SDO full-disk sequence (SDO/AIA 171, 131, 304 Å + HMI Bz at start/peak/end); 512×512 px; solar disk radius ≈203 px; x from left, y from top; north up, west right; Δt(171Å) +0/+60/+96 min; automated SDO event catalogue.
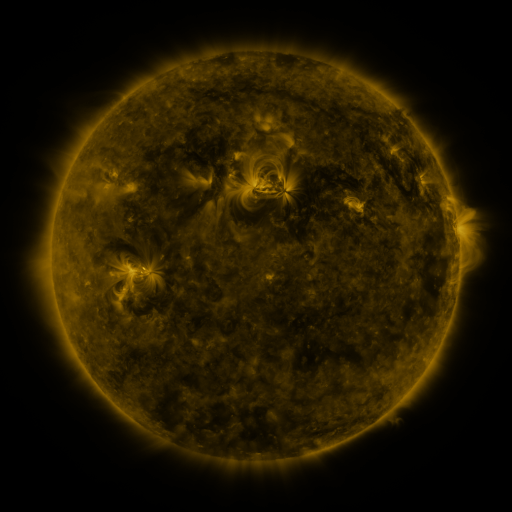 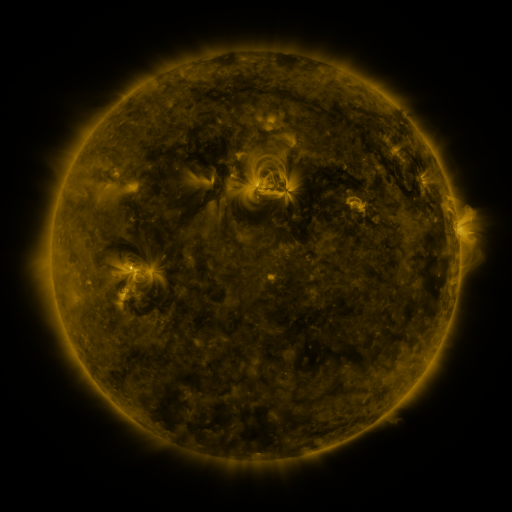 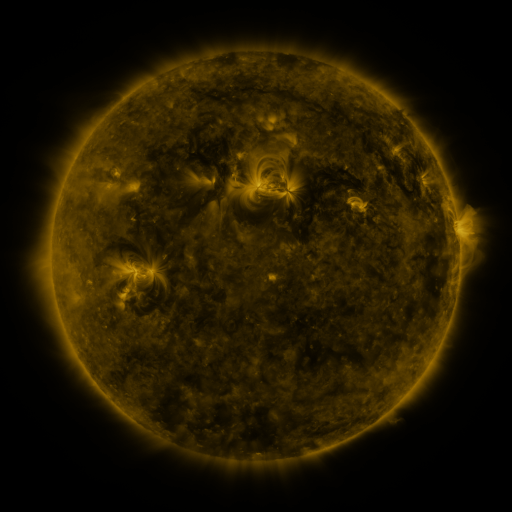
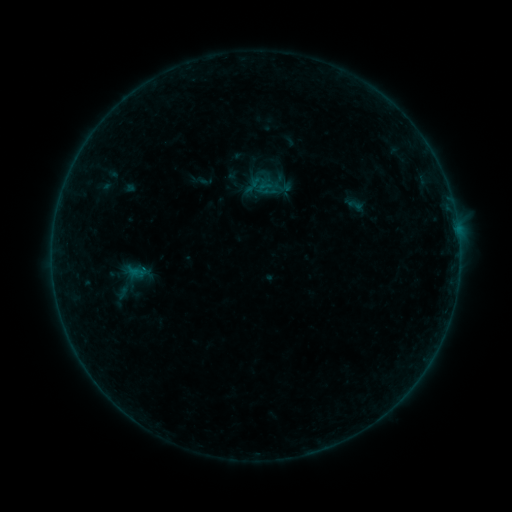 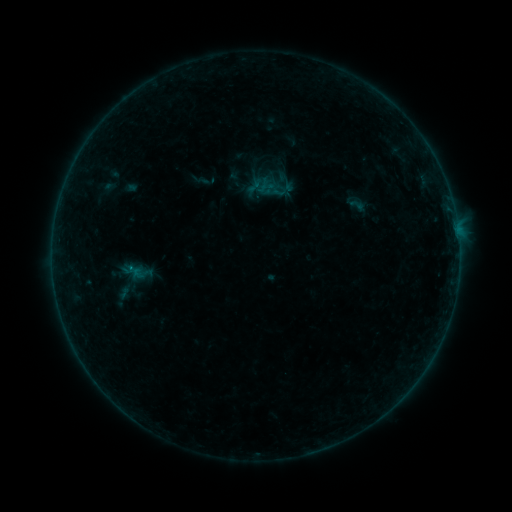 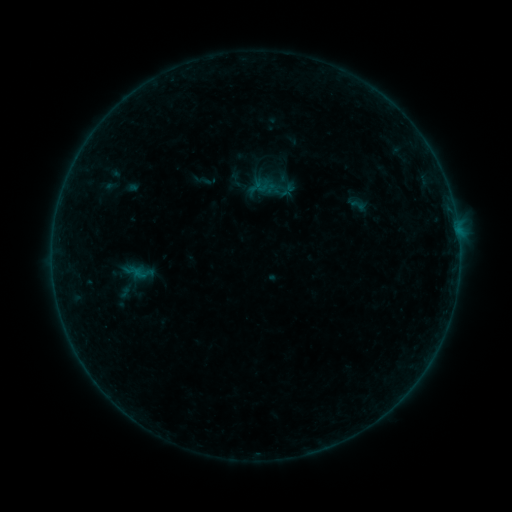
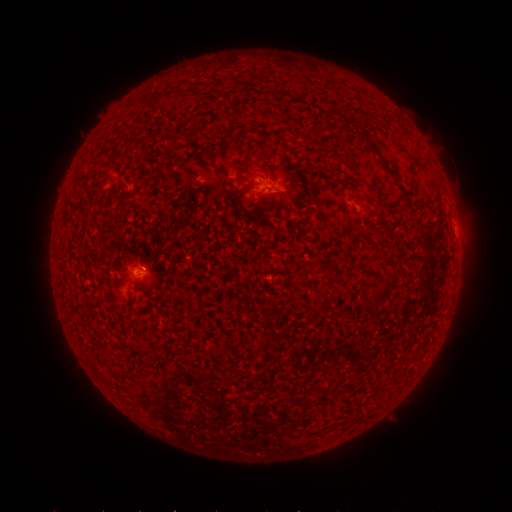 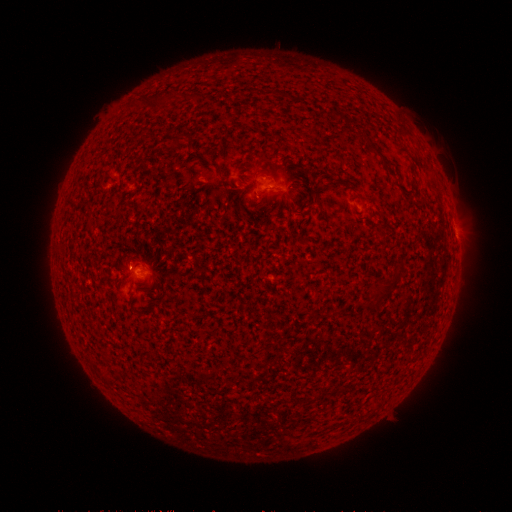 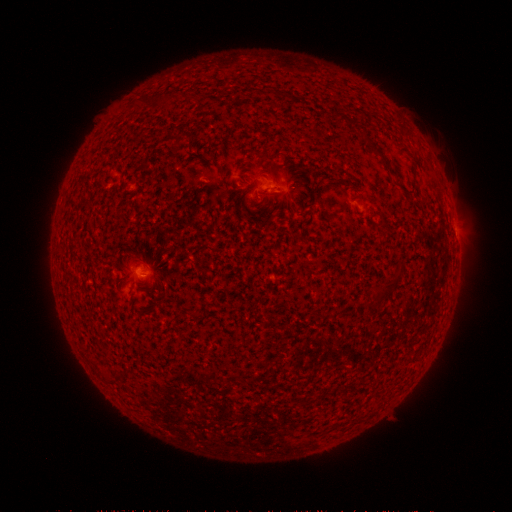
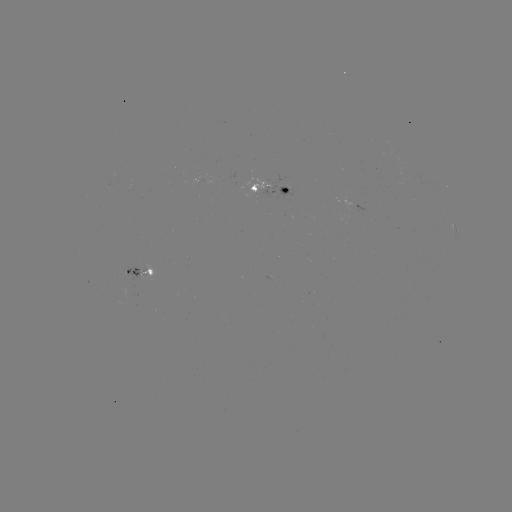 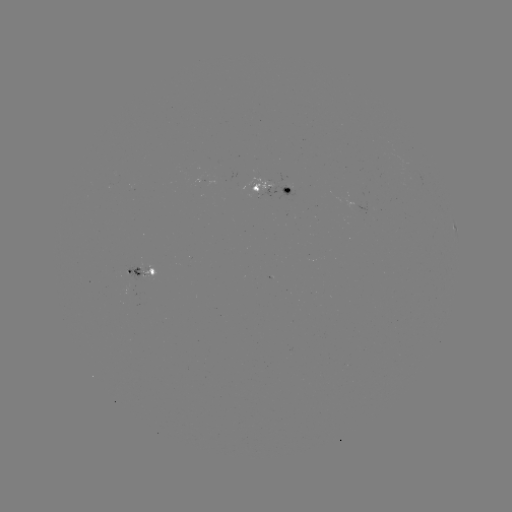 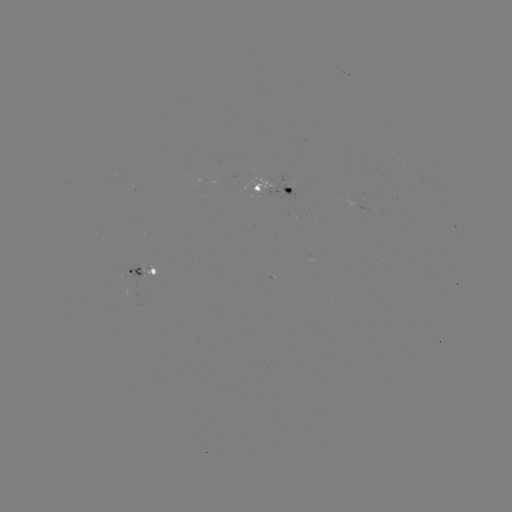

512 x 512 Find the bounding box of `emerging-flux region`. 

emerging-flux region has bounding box [192, 174, 208, 186].